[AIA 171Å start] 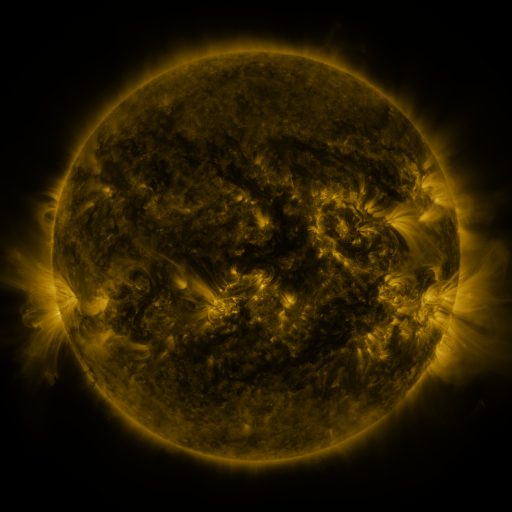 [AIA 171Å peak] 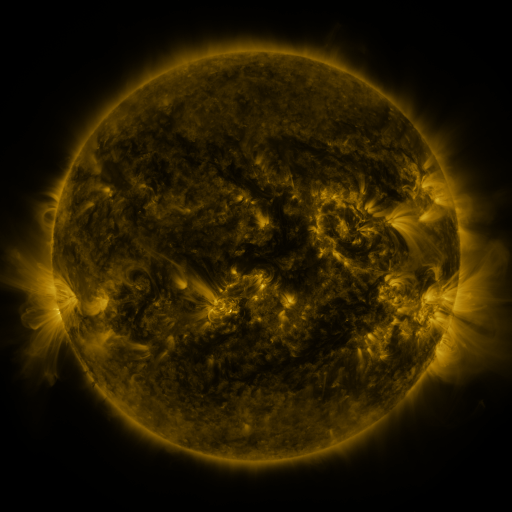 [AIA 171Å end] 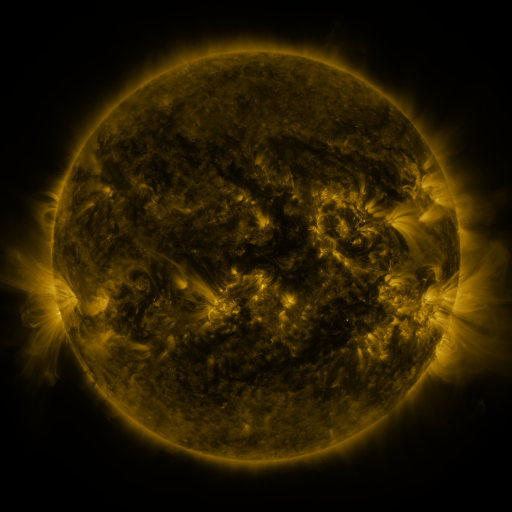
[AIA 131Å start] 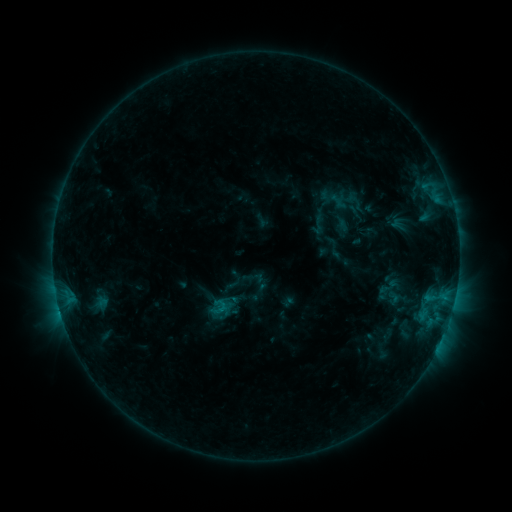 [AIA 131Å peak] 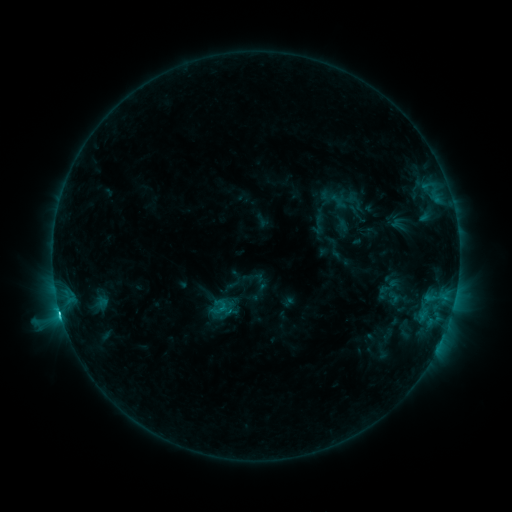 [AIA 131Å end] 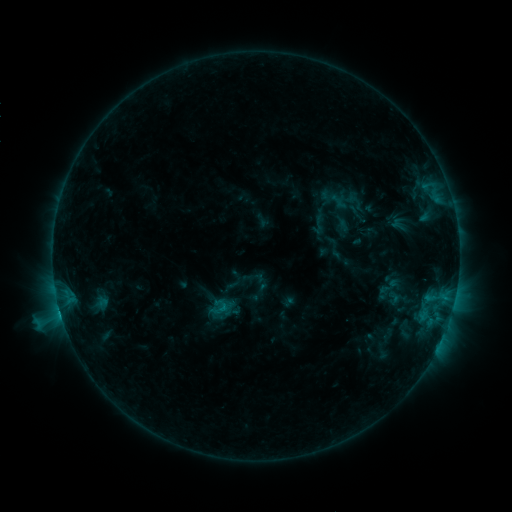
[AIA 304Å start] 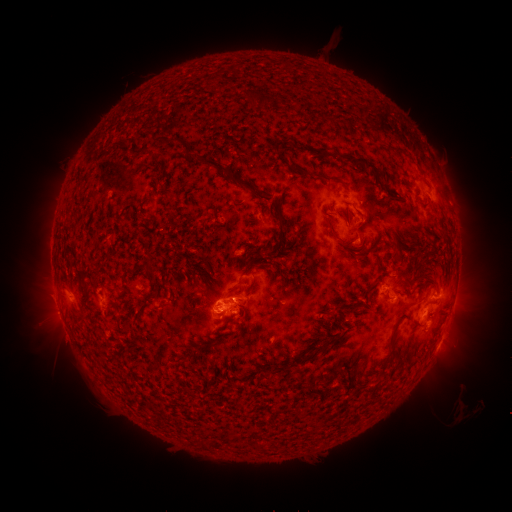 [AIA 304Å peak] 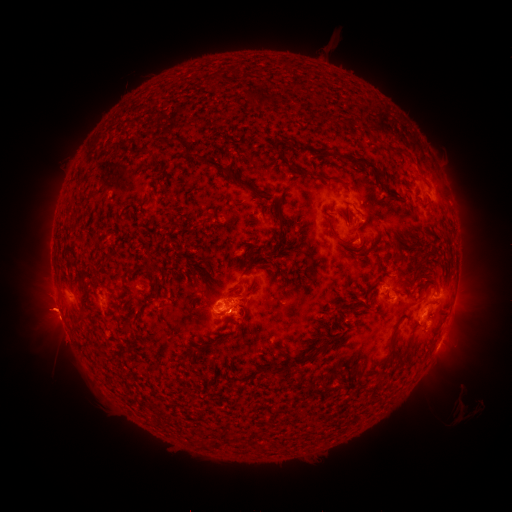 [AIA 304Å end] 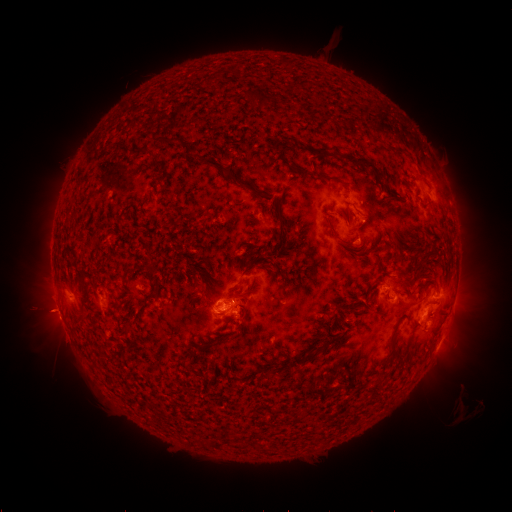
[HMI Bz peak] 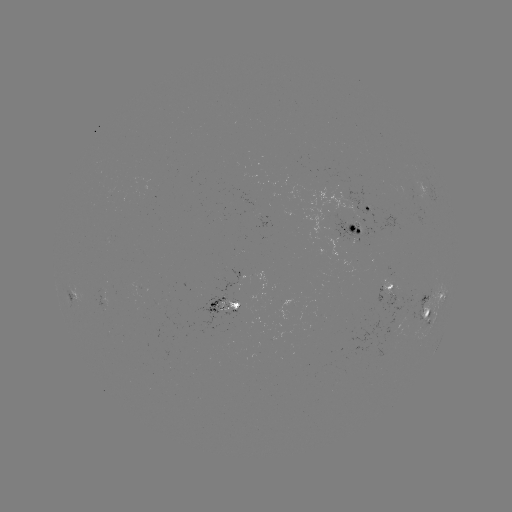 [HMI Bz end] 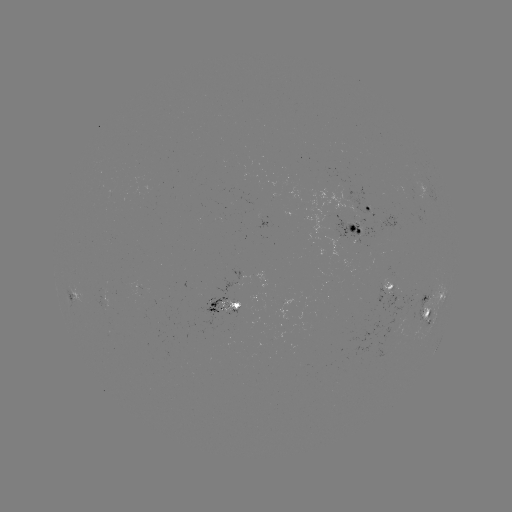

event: flare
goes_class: C4.0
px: (61, 315)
